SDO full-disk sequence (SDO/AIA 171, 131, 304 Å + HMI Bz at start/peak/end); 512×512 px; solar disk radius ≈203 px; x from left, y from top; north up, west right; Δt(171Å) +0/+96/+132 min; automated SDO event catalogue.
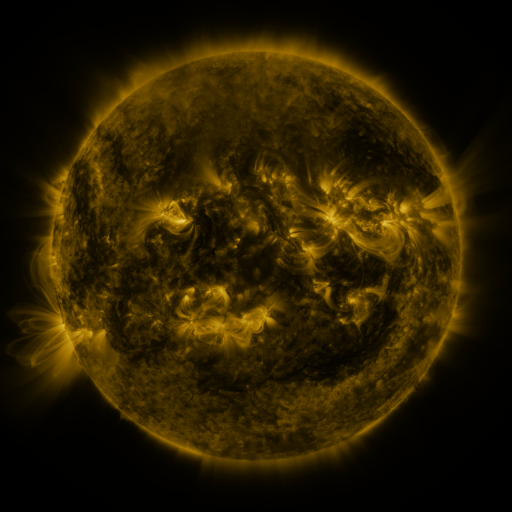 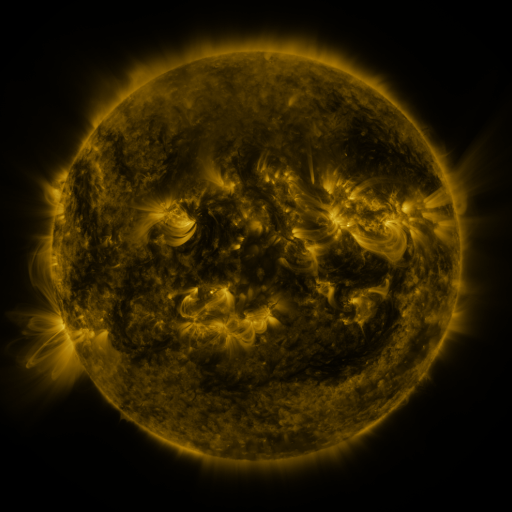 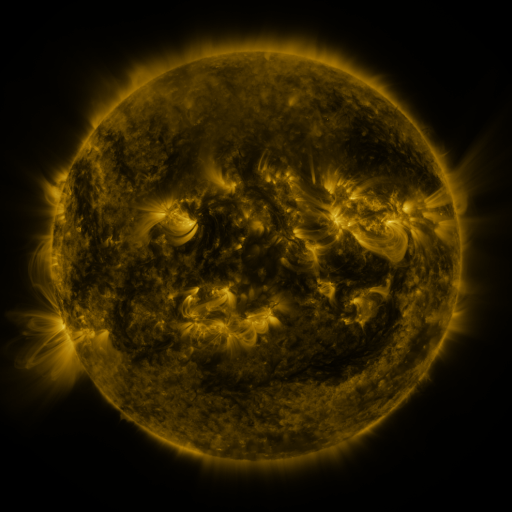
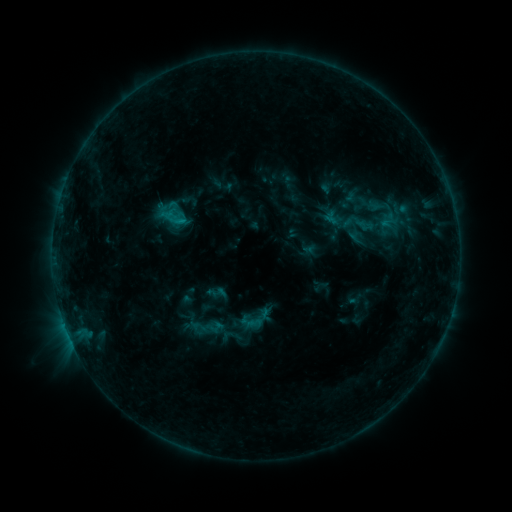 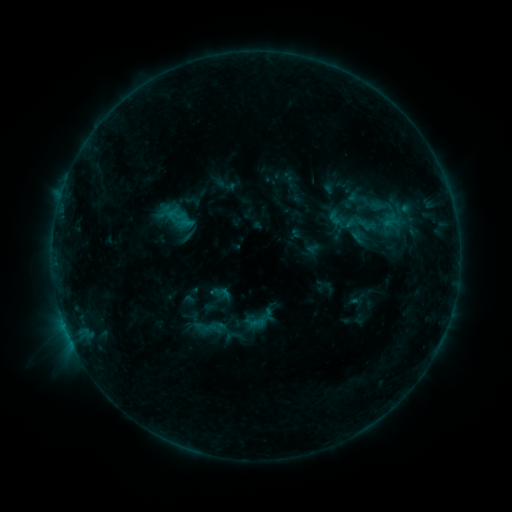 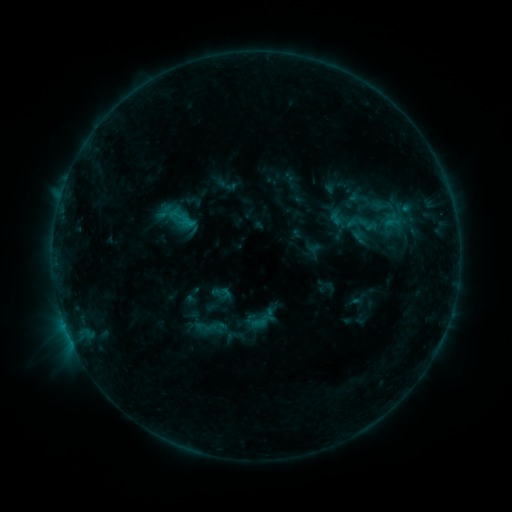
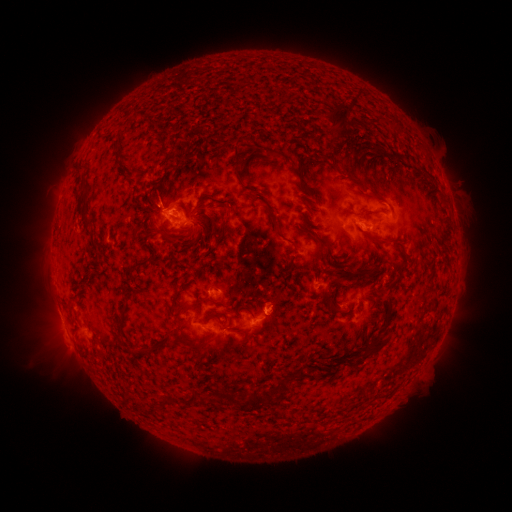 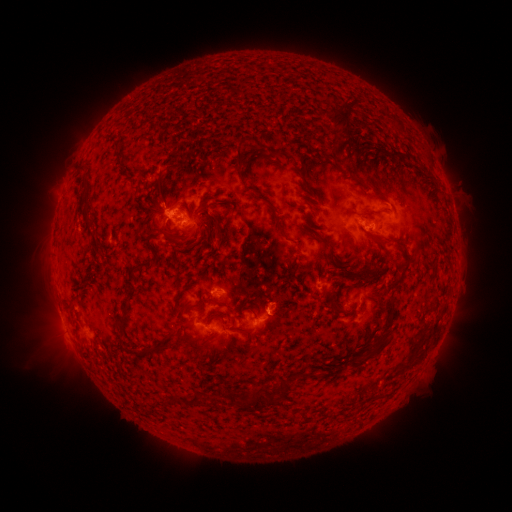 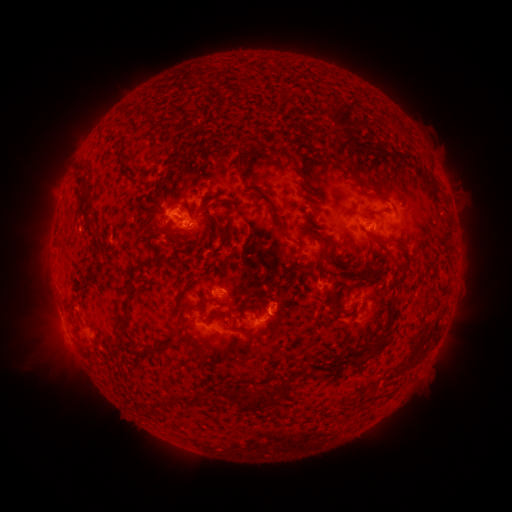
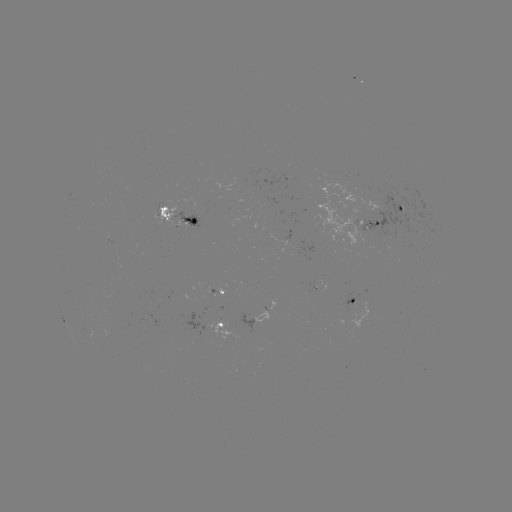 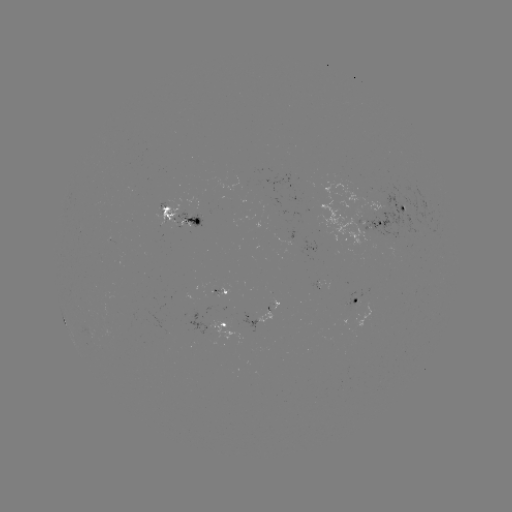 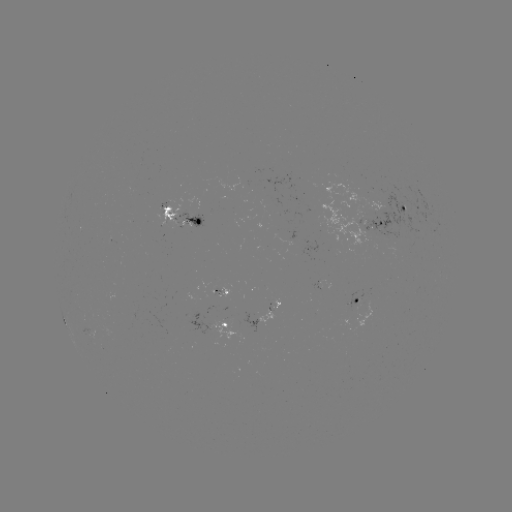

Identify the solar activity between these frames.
emerging-flux region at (214, 288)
